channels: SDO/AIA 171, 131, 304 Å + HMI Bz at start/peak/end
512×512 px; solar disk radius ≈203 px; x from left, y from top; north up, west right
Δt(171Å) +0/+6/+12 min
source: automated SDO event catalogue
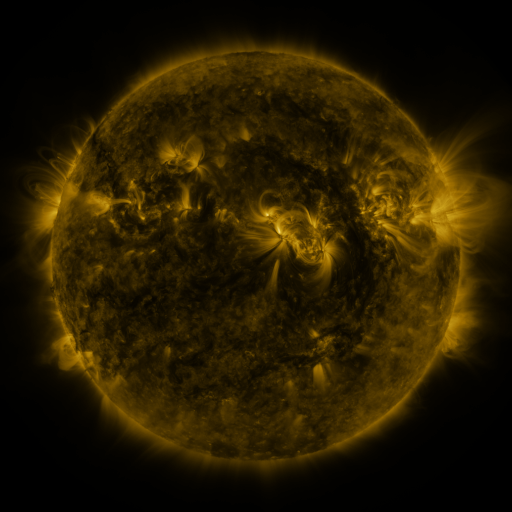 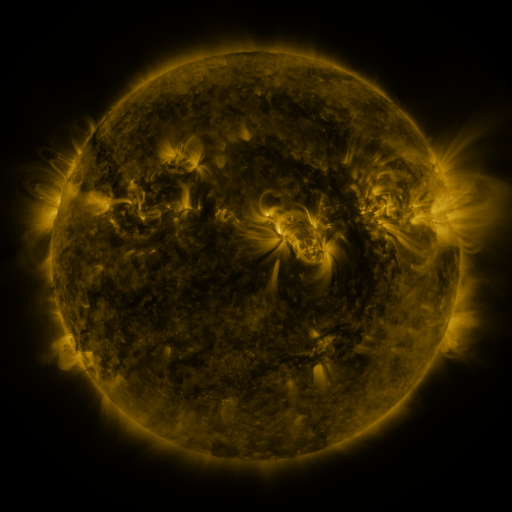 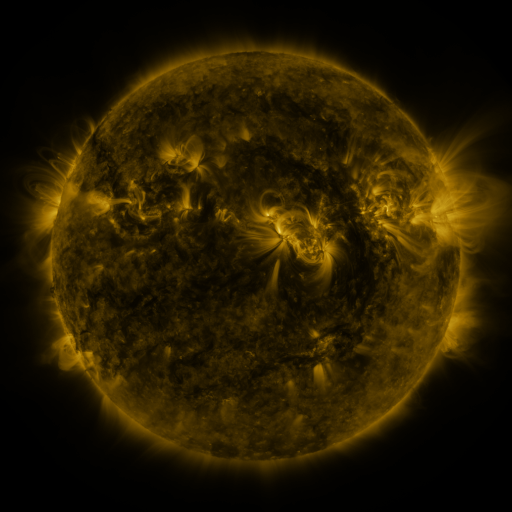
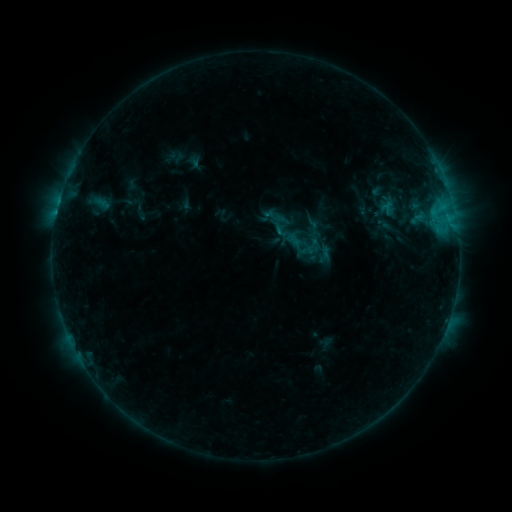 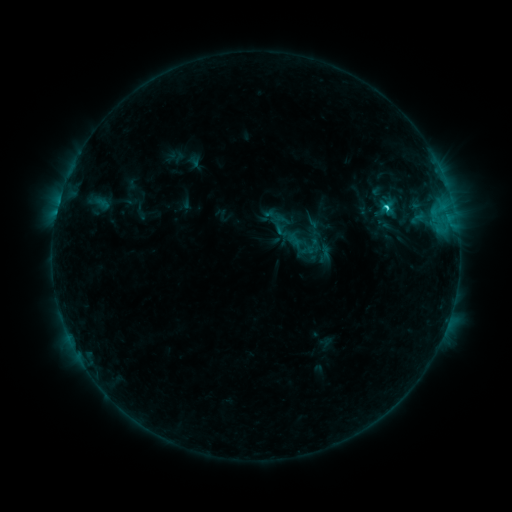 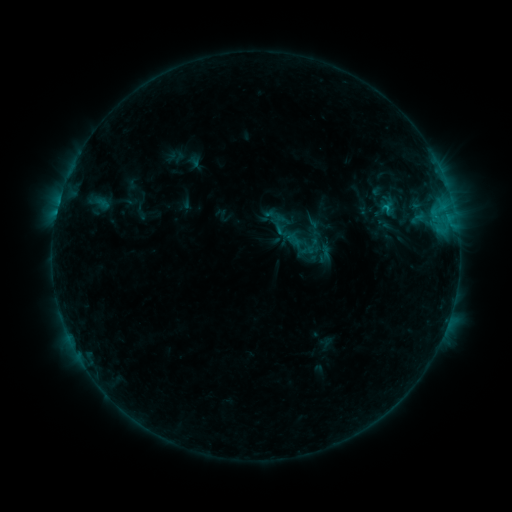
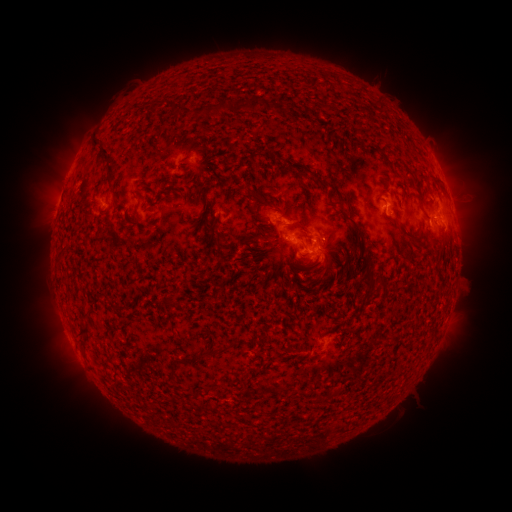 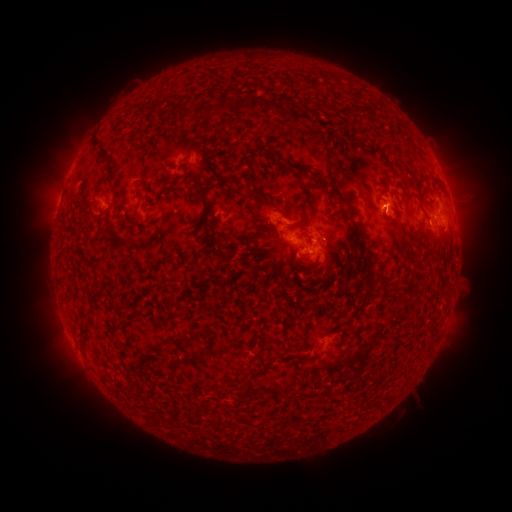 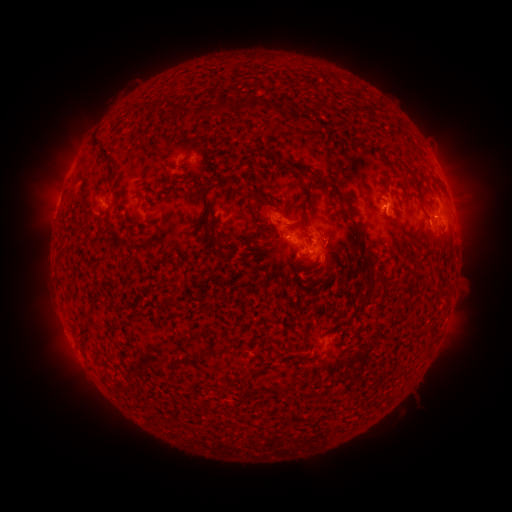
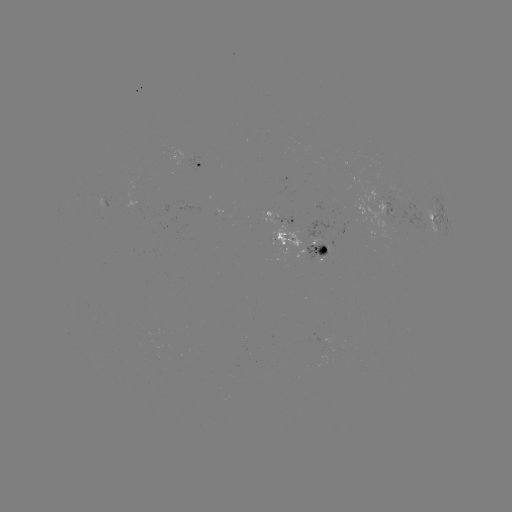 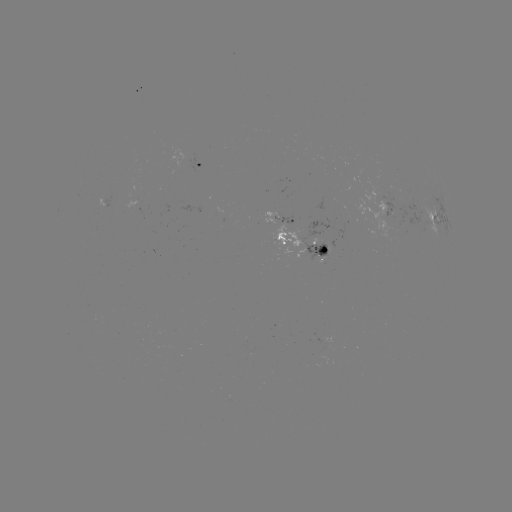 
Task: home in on C1.9 flare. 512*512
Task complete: [383, 208].